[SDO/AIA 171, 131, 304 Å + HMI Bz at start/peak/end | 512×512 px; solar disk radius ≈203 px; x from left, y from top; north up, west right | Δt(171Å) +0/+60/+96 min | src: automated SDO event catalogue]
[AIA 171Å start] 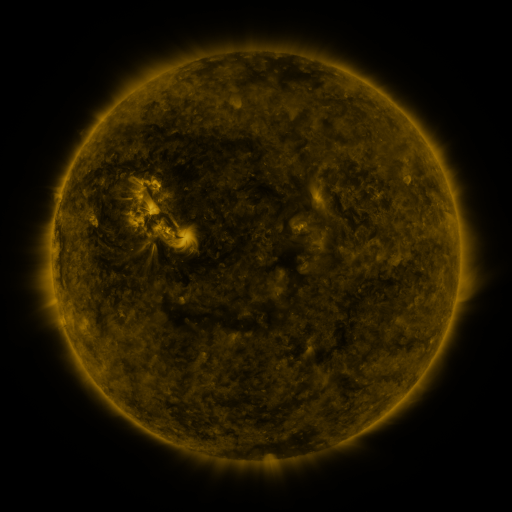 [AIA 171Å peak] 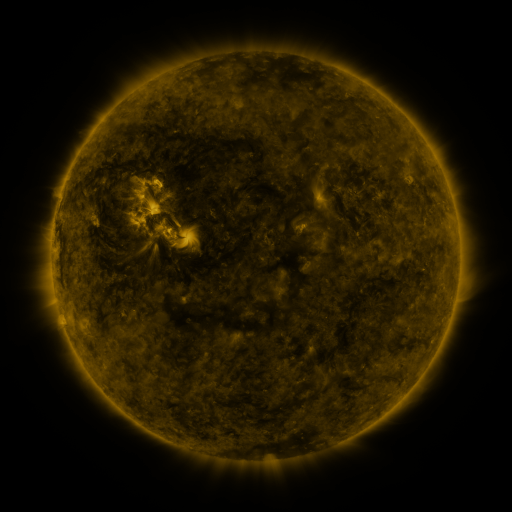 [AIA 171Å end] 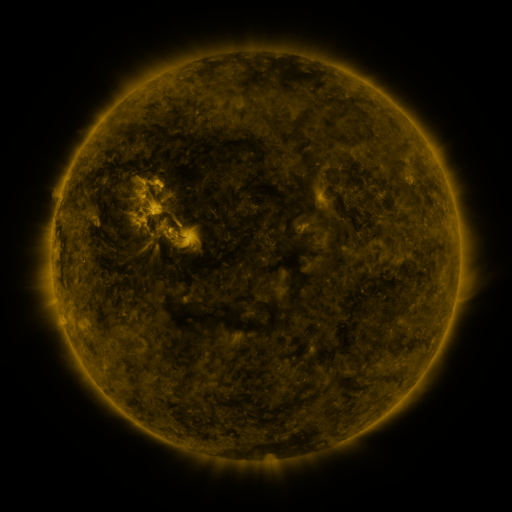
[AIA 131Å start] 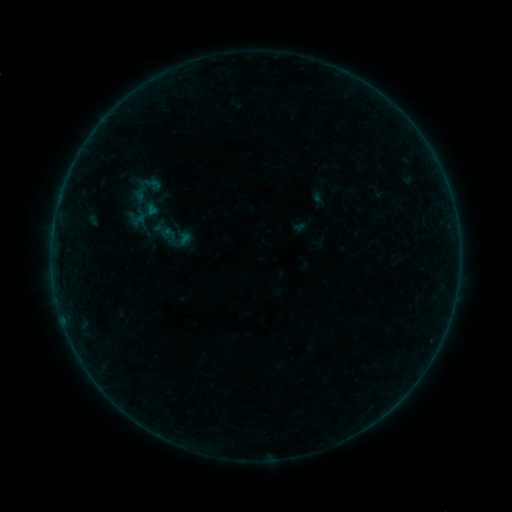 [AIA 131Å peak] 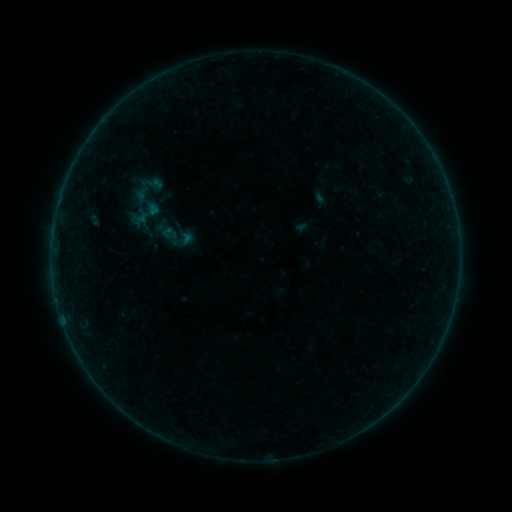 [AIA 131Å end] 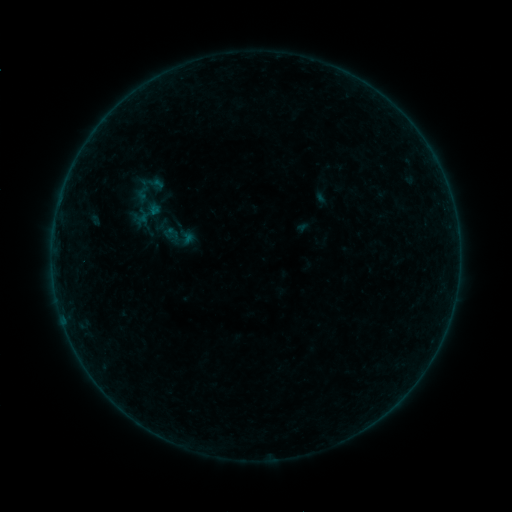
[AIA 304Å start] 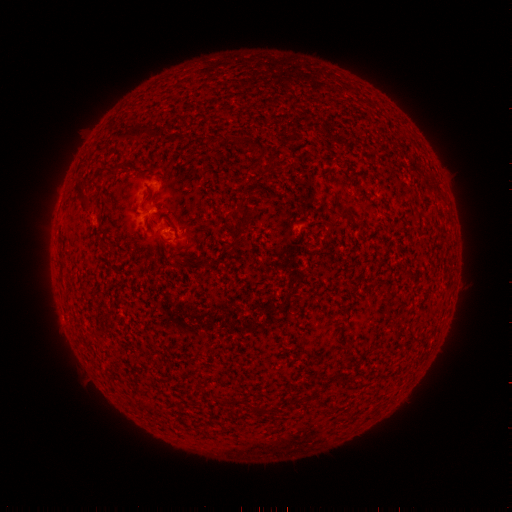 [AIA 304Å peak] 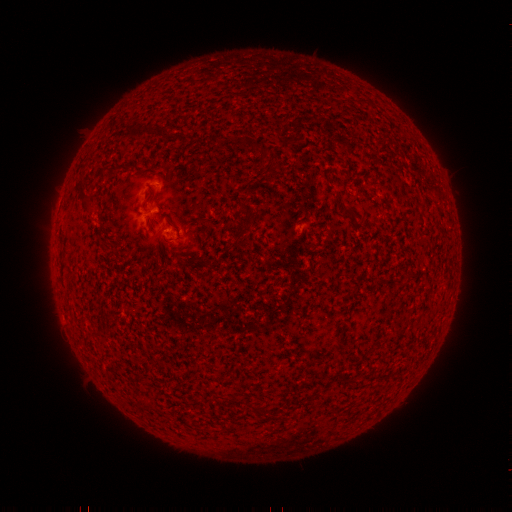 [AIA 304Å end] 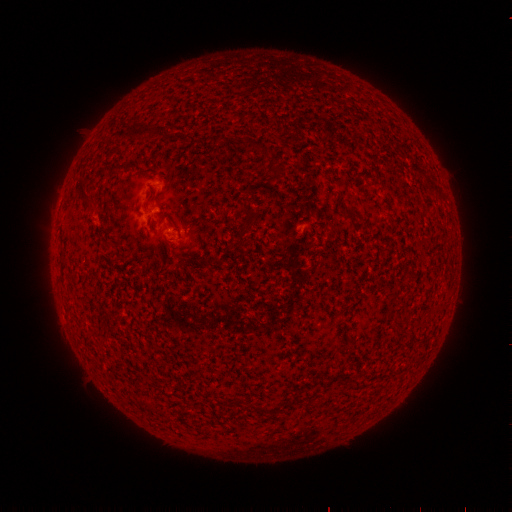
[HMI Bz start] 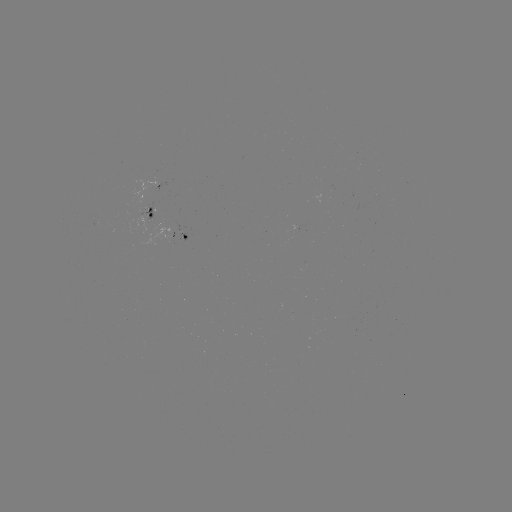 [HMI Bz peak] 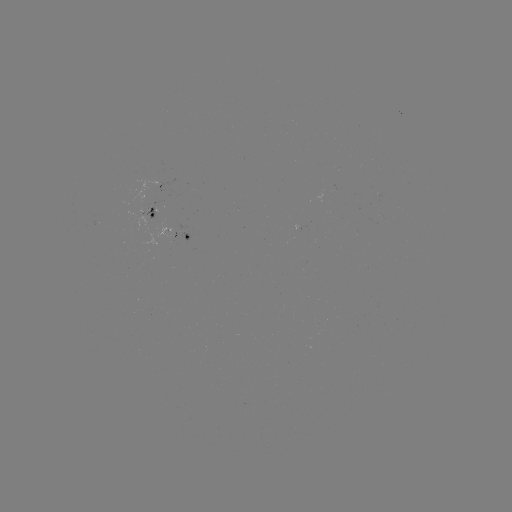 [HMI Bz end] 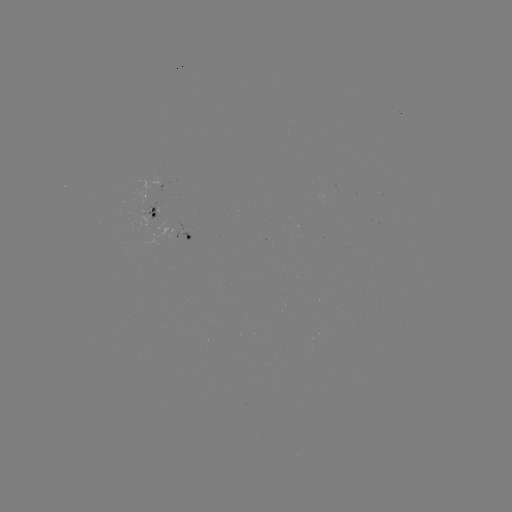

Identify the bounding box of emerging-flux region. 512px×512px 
[143, 205, 157, 218].